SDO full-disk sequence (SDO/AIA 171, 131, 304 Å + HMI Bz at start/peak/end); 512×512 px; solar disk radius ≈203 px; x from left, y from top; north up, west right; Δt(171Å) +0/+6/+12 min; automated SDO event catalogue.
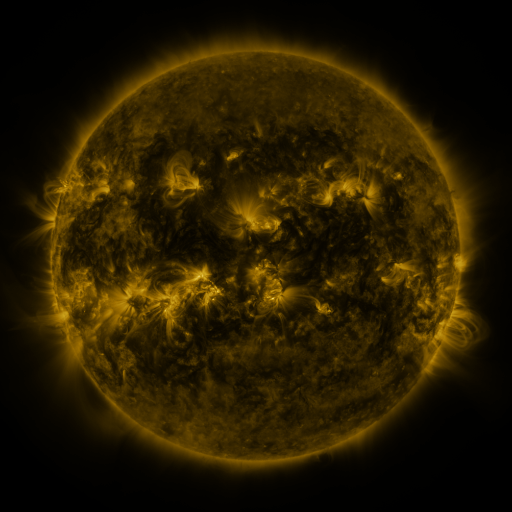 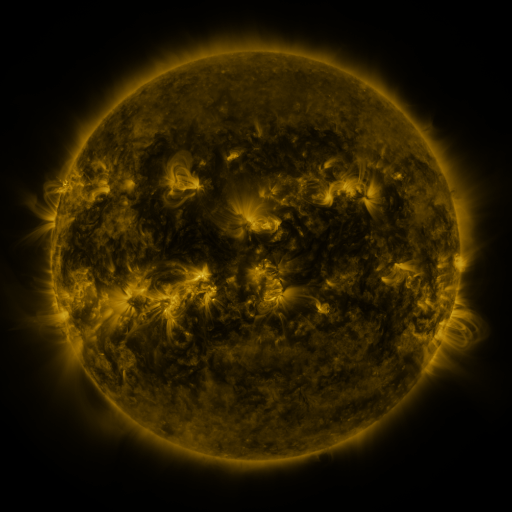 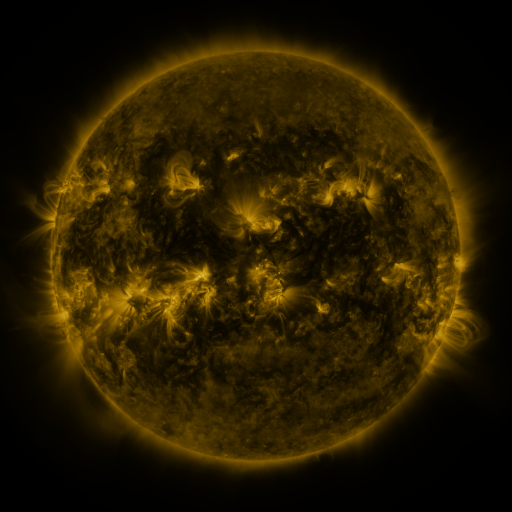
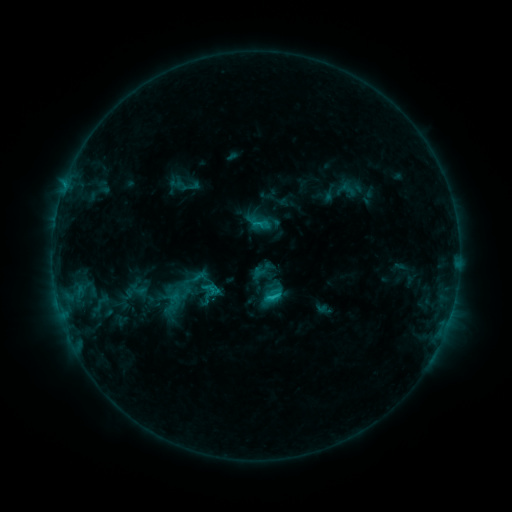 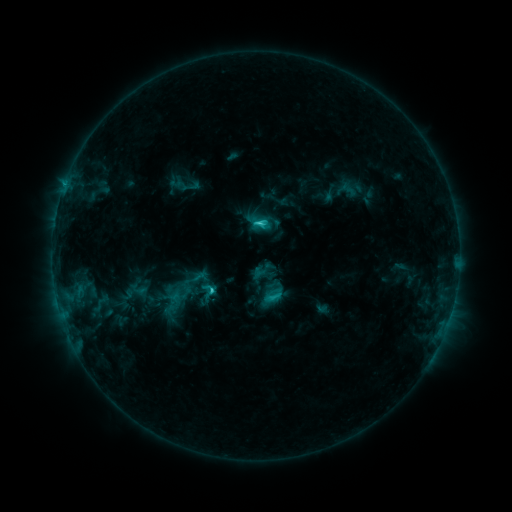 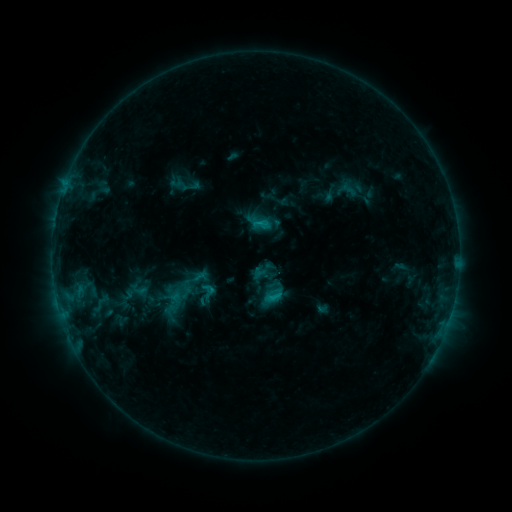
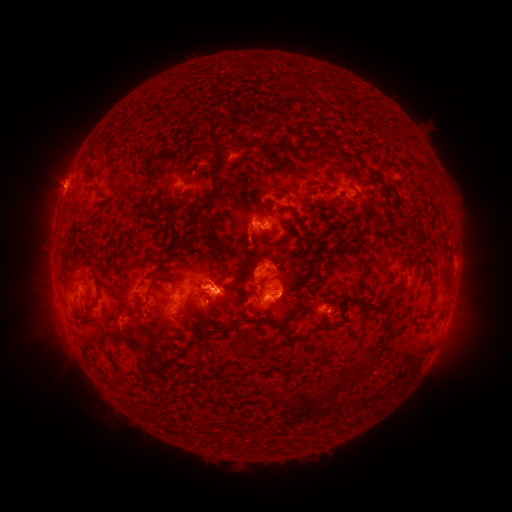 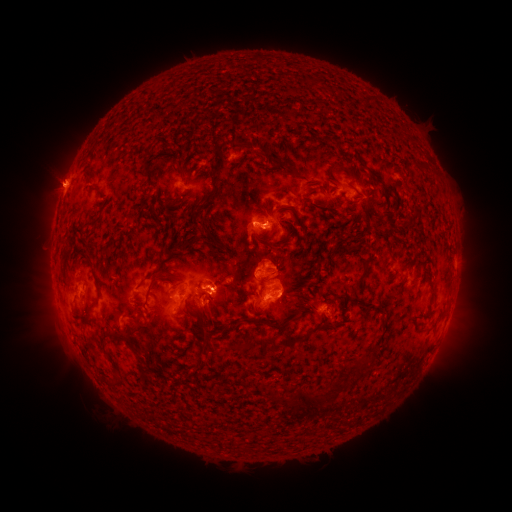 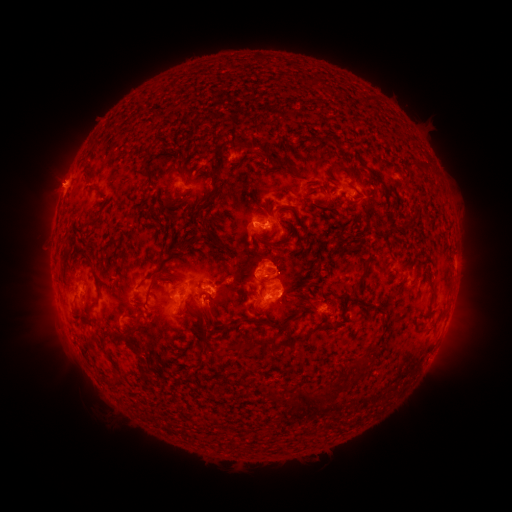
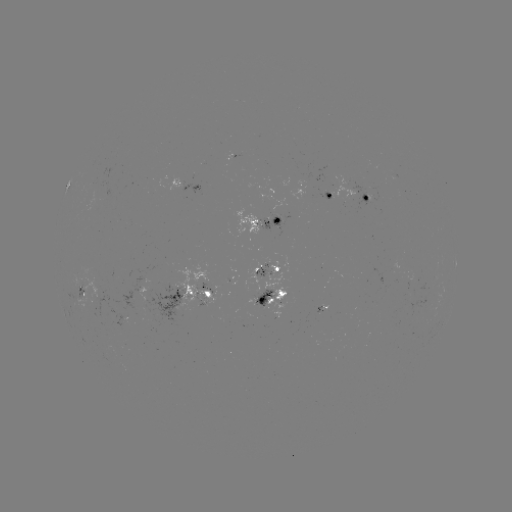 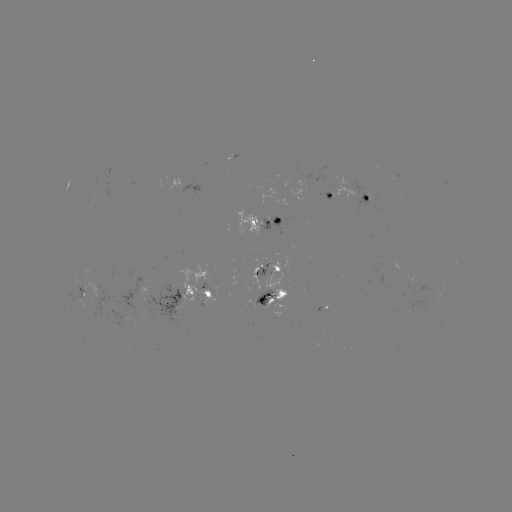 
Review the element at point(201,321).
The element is C2.9 flare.